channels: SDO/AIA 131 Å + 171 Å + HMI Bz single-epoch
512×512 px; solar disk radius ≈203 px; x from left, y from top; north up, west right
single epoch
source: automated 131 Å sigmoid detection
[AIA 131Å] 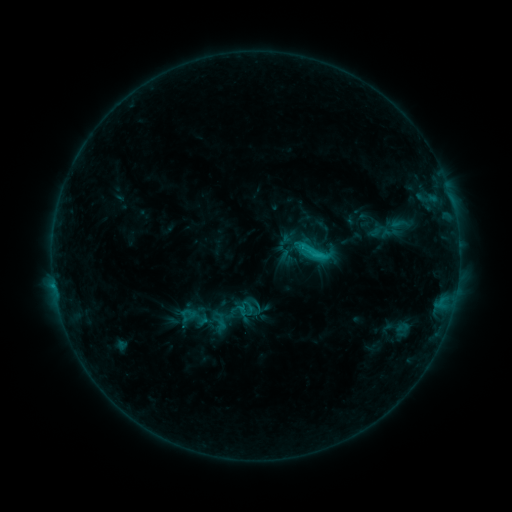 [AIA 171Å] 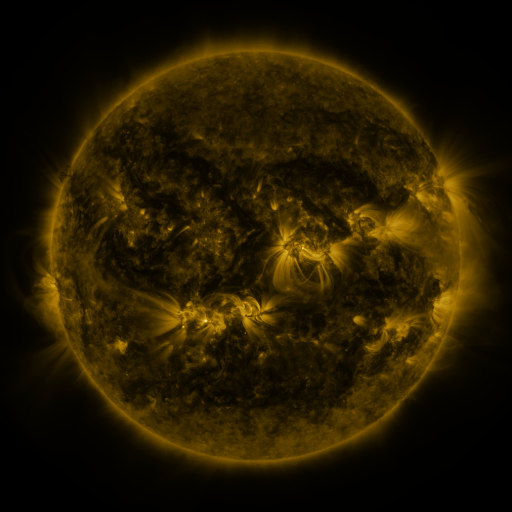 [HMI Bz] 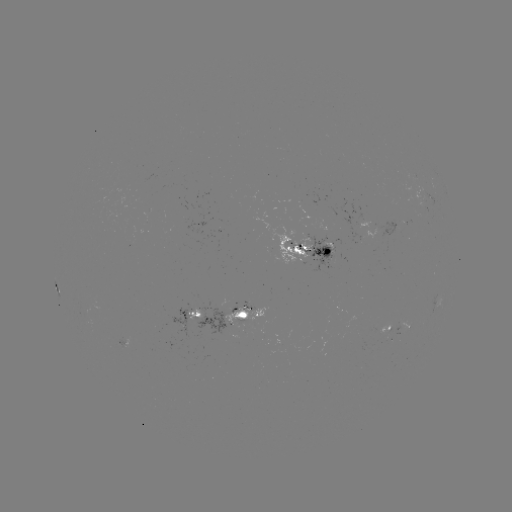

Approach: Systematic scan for sigmoid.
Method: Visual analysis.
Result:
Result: sigmoid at [316, 250].